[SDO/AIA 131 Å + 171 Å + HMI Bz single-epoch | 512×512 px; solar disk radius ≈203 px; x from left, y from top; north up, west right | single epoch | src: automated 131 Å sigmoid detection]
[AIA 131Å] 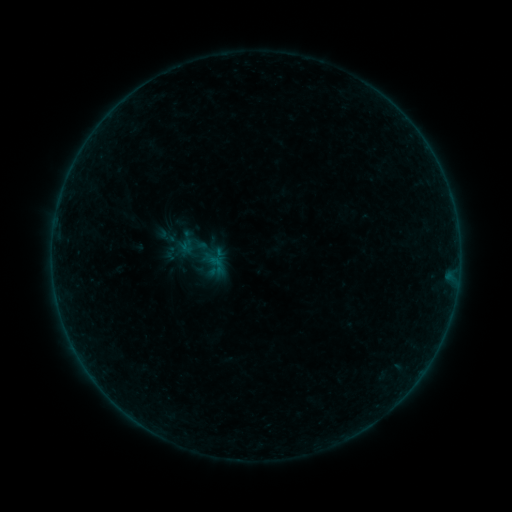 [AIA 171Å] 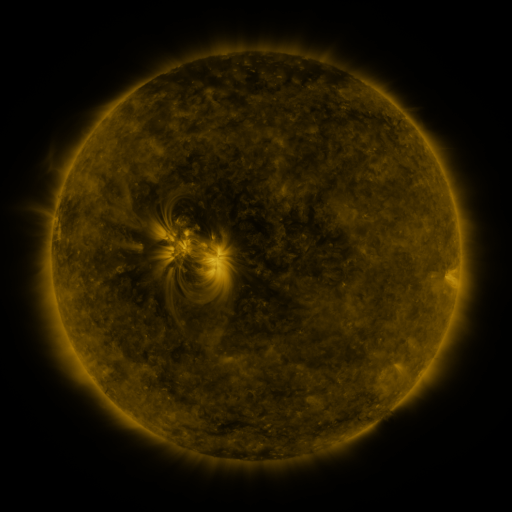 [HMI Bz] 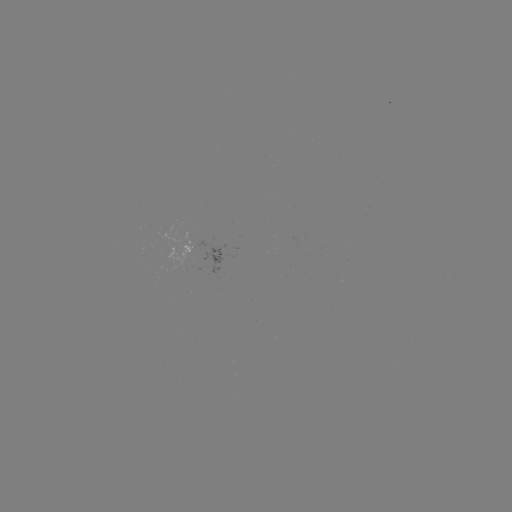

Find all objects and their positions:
sigmoid: (167, 236)
